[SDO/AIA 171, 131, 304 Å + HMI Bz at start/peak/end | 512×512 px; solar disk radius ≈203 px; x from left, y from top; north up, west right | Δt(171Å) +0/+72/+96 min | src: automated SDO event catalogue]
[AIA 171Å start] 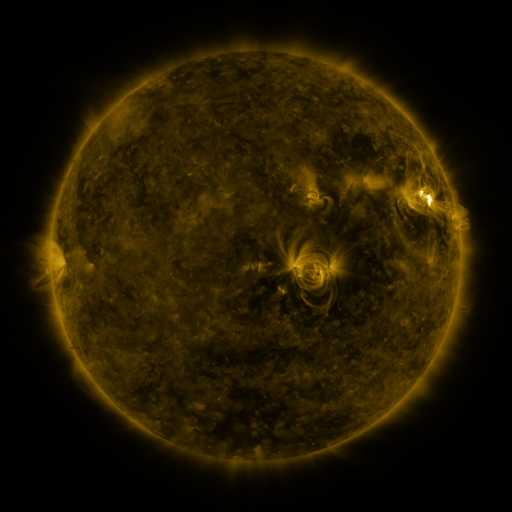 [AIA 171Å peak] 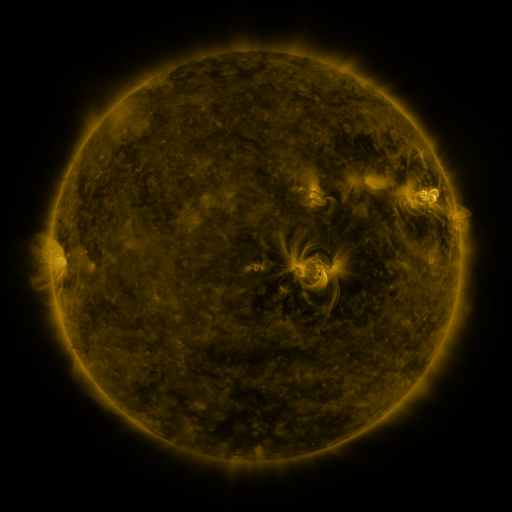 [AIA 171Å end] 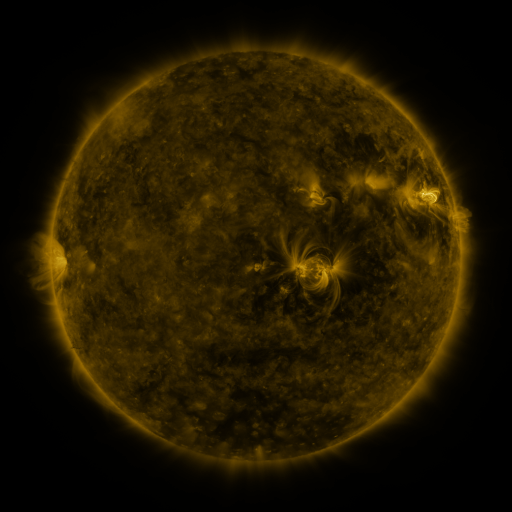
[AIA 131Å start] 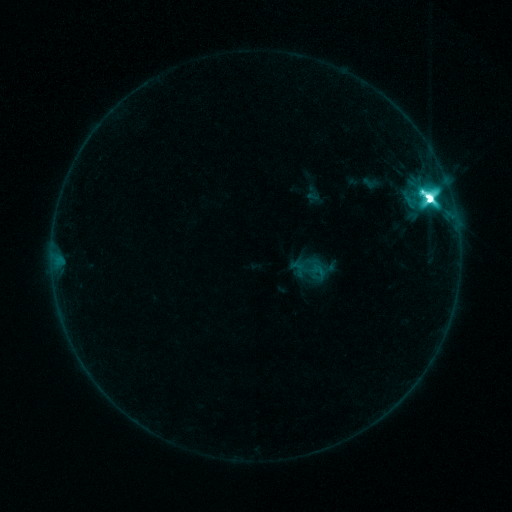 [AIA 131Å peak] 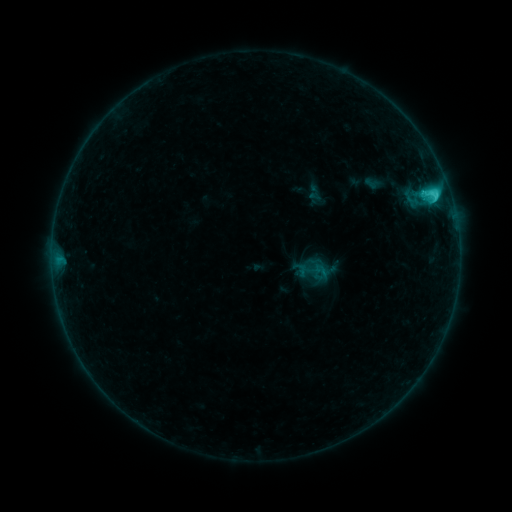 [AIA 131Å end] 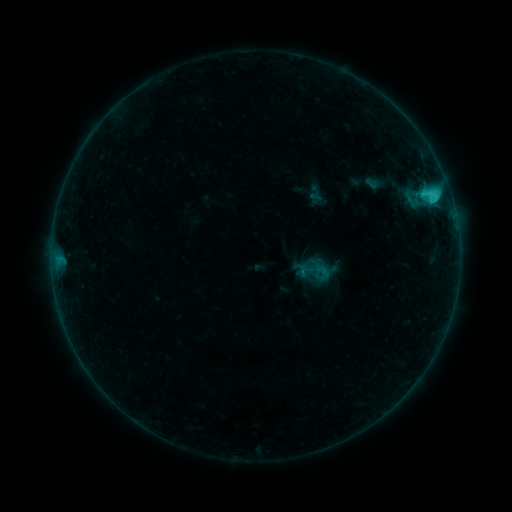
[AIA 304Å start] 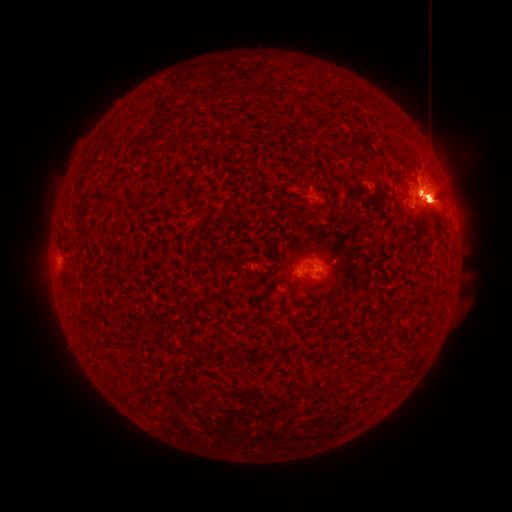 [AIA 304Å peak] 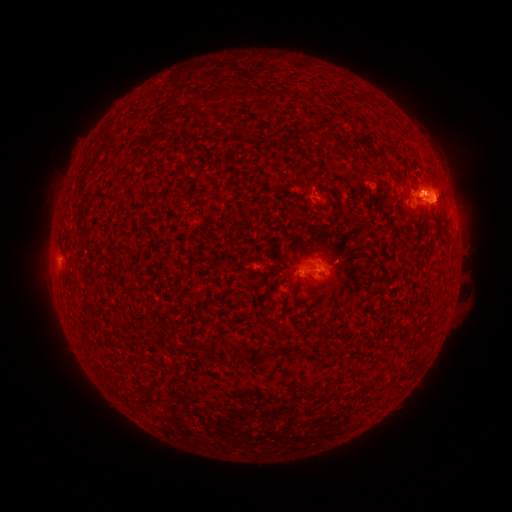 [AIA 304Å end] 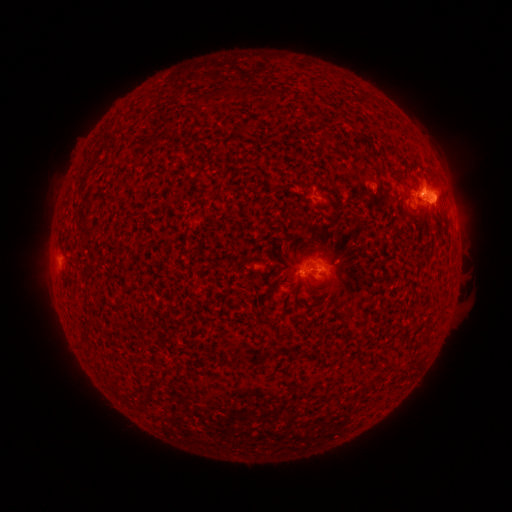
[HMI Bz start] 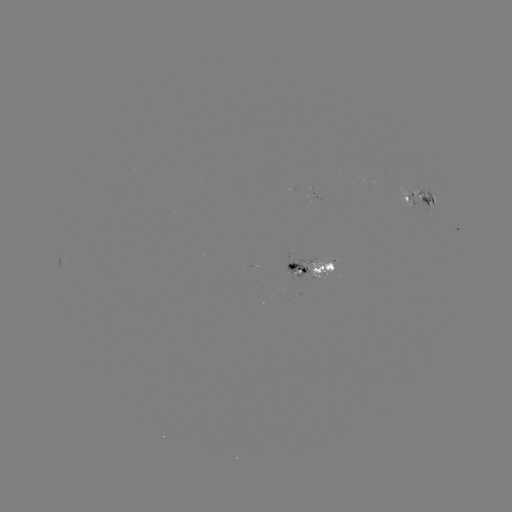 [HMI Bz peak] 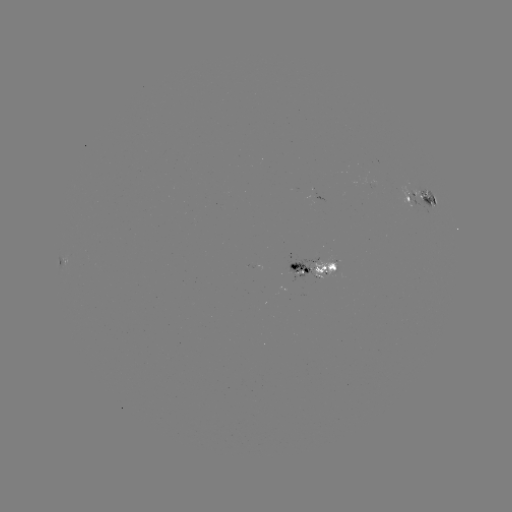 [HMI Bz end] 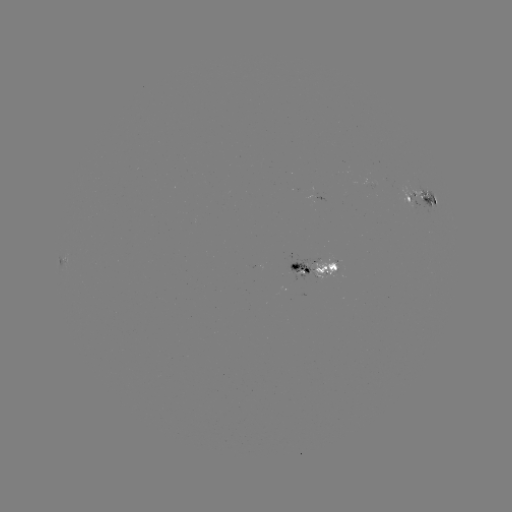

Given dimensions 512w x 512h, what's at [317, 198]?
emerging-flux region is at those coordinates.